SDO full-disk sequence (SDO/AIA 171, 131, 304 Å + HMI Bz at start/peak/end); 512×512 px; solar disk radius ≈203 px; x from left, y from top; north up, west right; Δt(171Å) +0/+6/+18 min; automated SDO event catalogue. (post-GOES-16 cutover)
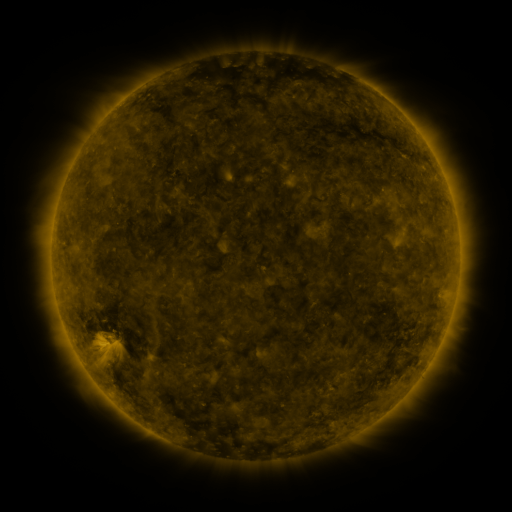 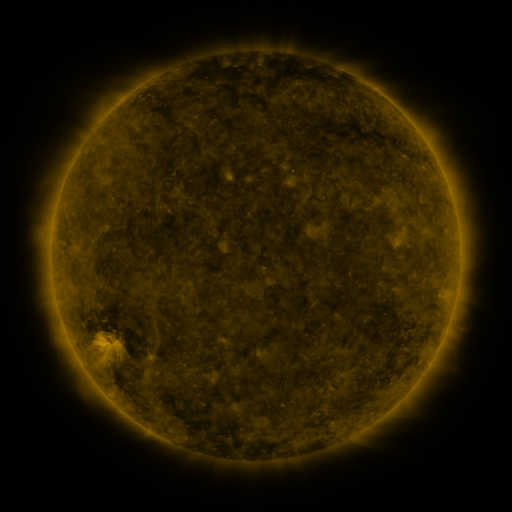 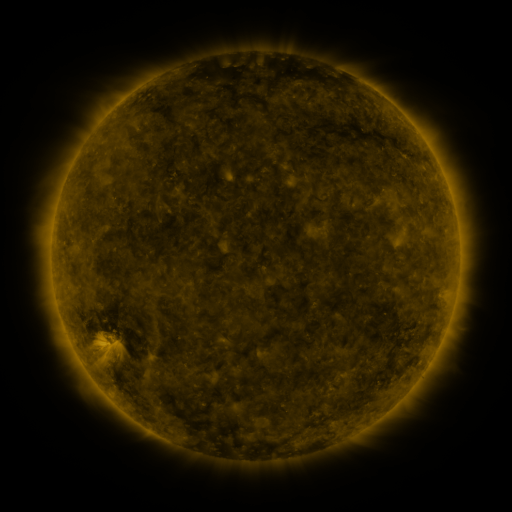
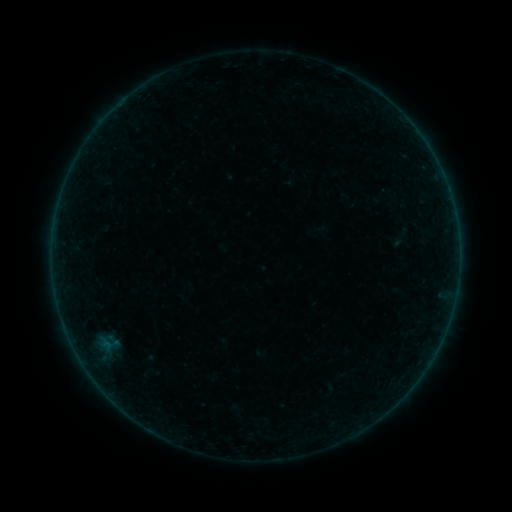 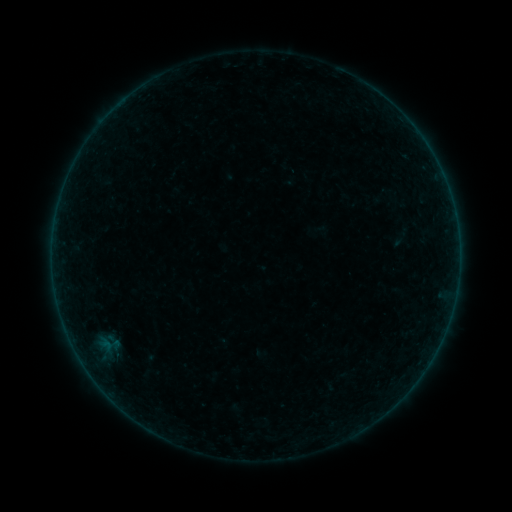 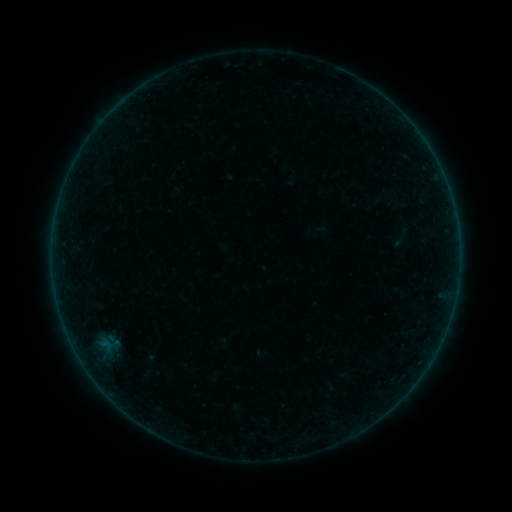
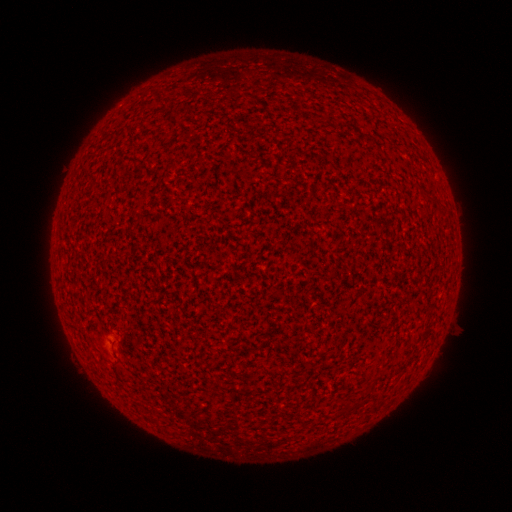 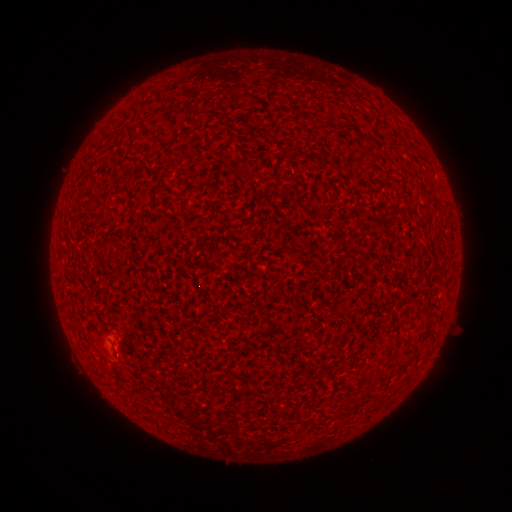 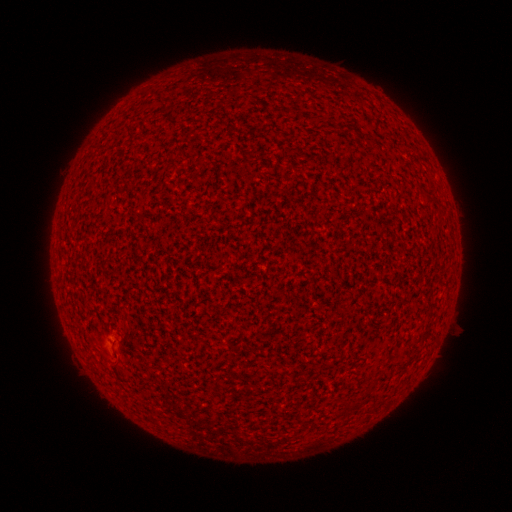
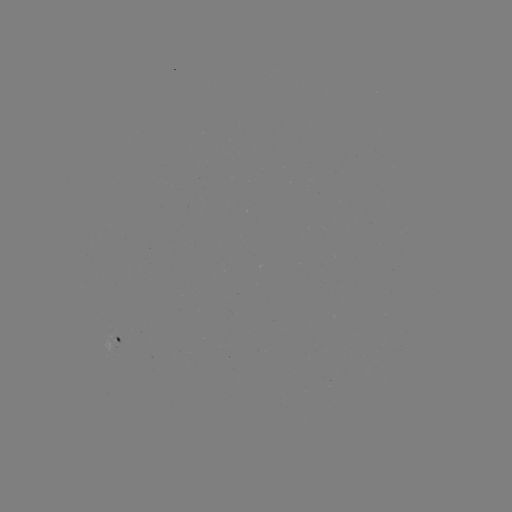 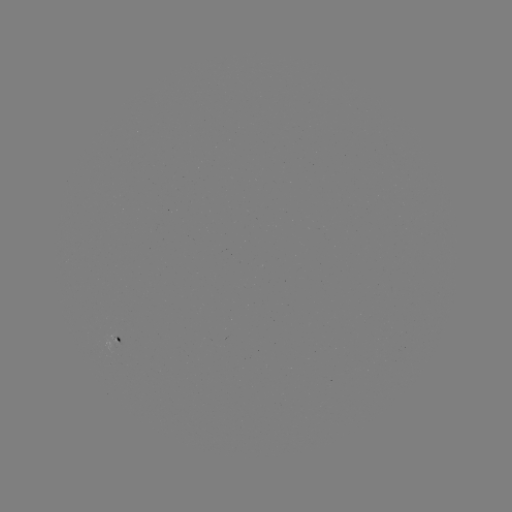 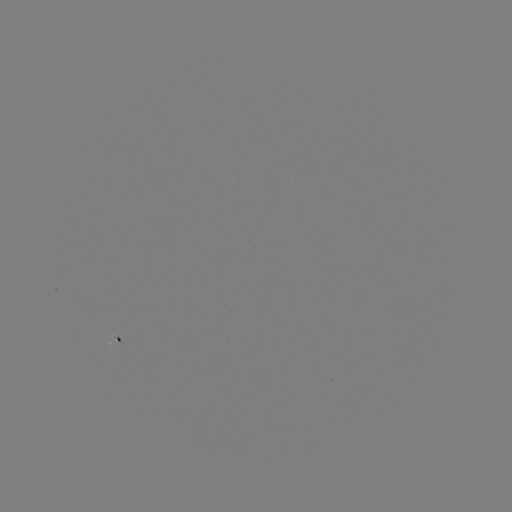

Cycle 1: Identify A1.9 flare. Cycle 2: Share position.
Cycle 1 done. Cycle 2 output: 116,352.